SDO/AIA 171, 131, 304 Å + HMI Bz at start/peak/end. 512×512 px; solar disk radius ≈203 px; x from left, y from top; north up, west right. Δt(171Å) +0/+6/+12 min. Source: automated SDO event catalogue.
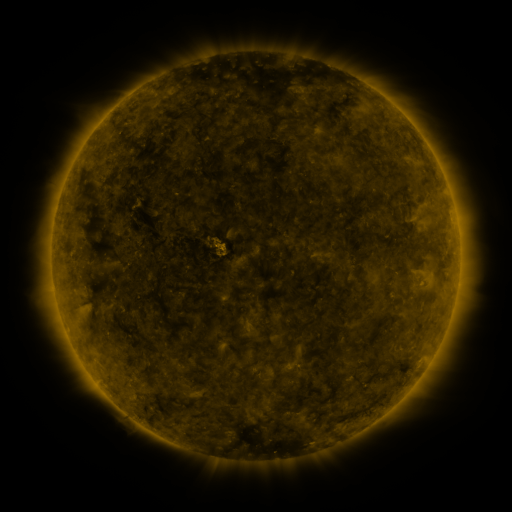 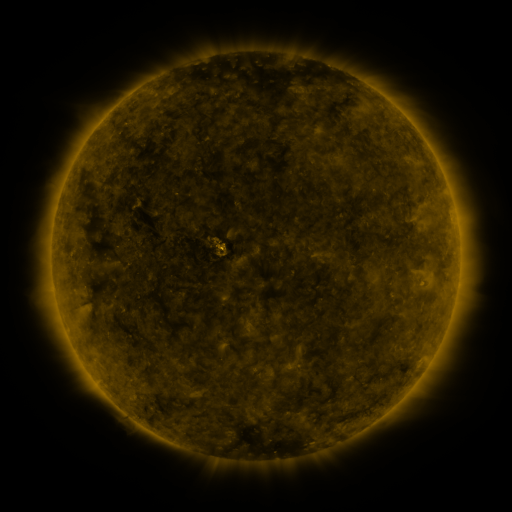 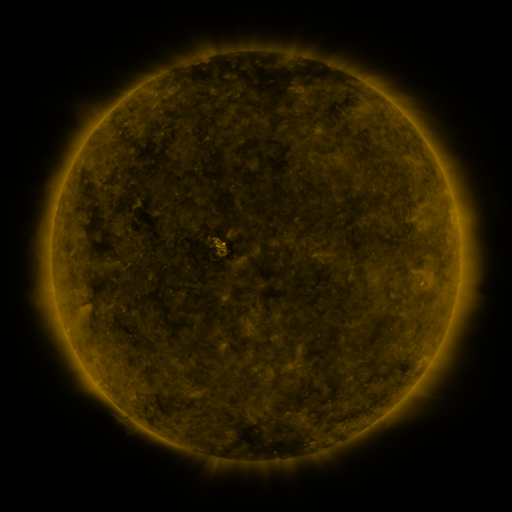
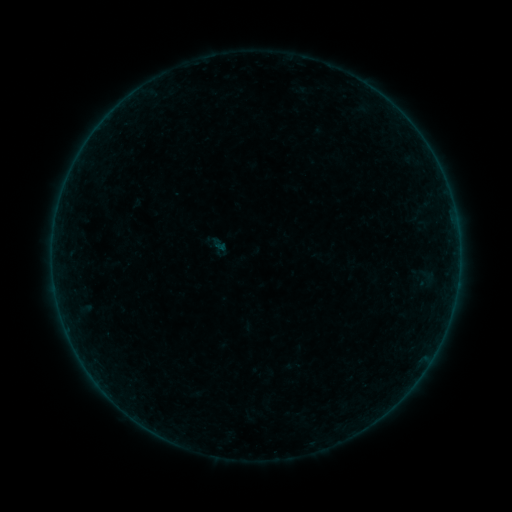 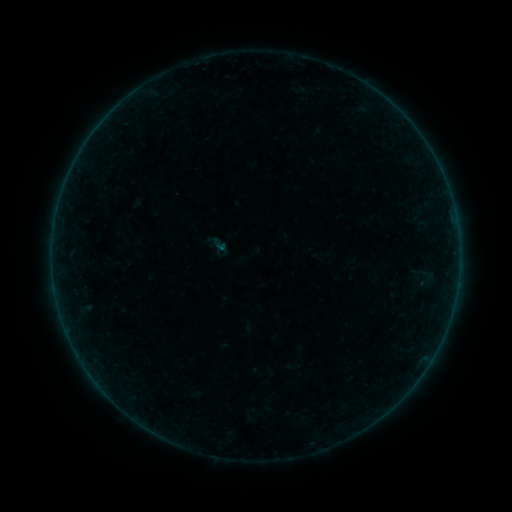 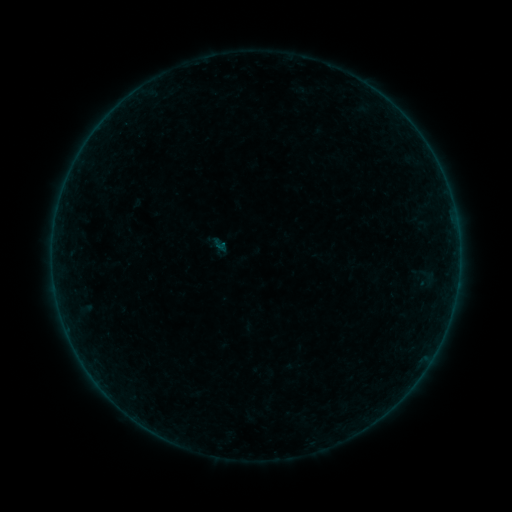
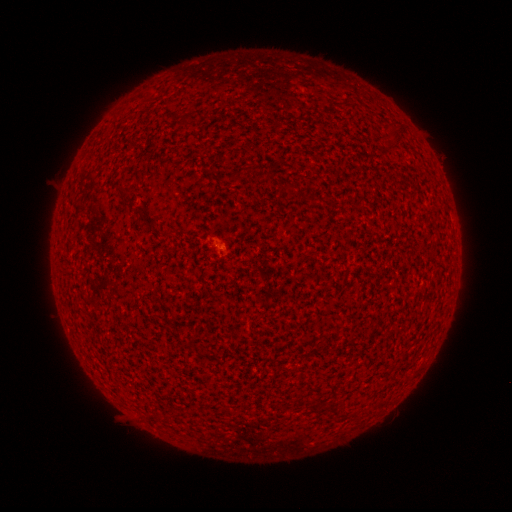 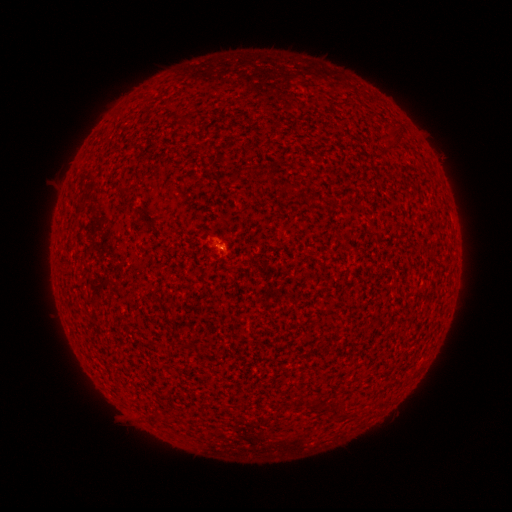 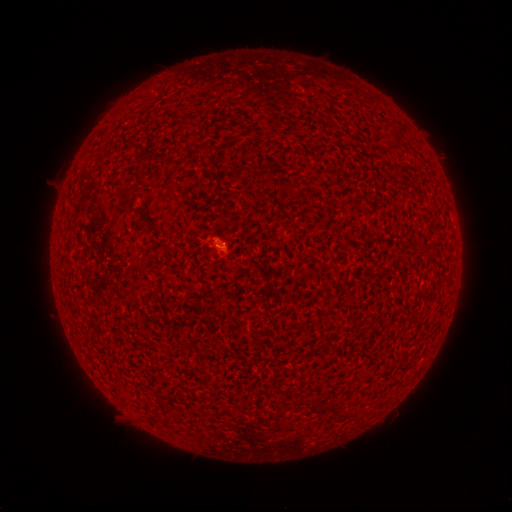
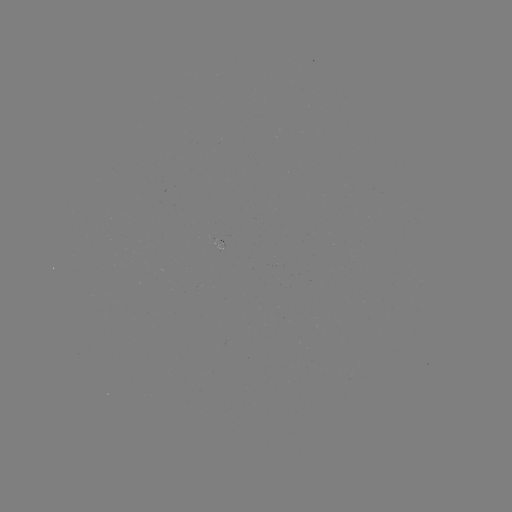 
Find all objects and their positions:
B1.1 flare: (224, 251)
